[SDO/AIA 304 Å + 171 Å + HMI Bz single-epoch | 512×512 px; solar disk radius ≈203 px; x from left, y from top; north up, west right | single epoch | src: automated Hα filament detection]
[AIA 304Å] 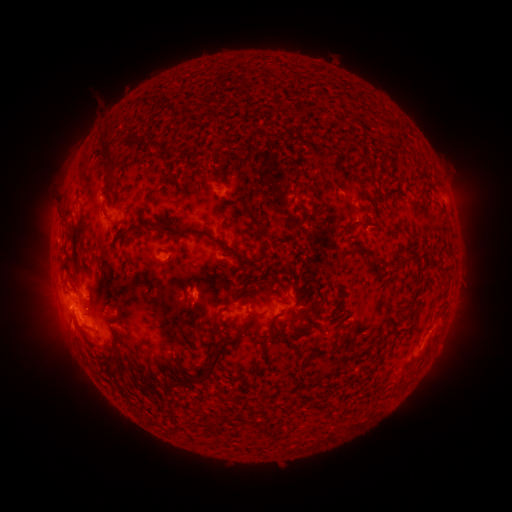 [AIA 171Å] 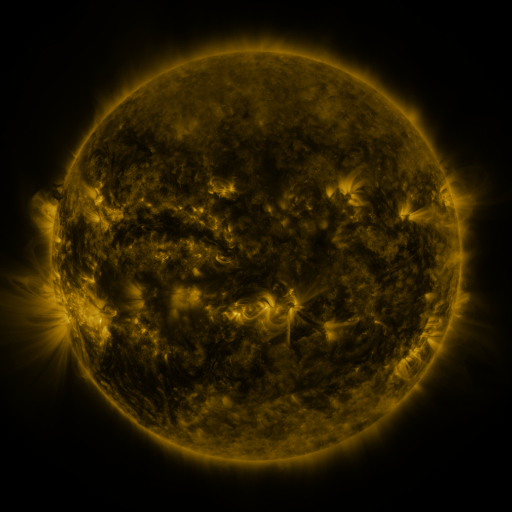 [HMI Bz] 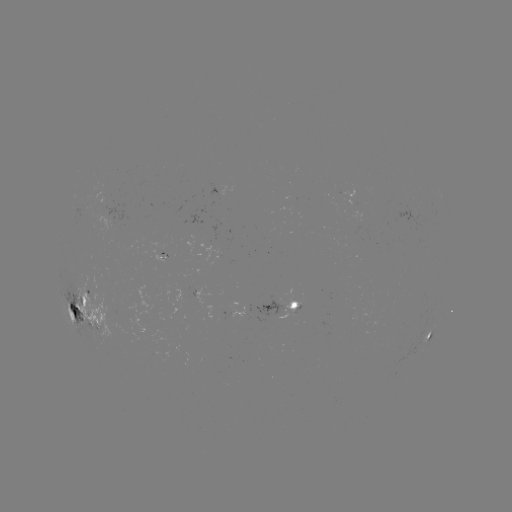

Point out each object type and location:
filament: (139, 142)
filament: (154, 147)
filament: (108, 161)
filament: (299, 183)
filament: (189, 186)
filament: (419, 192)
filament: (292, 199)
filament: (318, 204)
filament: (246, 211)
filament: (143, 226)
filament: (346, 231)
filament: (189, 232)
filament: (271, 236)
filament: (78, 238)
filament: (368, 251)
filament: (400, 260)
filament: (247, 262)
filament: (223, 272)
filament: (238, 294)
filament: (84, 303)
filament: (415, 309)
filament: (301, 312)
filament: (273, 331)
filament: (344, 341)
filament: (186, 342)
filament: (219, 354)
